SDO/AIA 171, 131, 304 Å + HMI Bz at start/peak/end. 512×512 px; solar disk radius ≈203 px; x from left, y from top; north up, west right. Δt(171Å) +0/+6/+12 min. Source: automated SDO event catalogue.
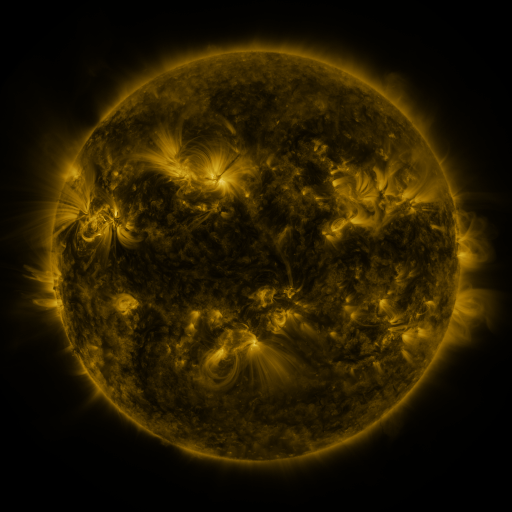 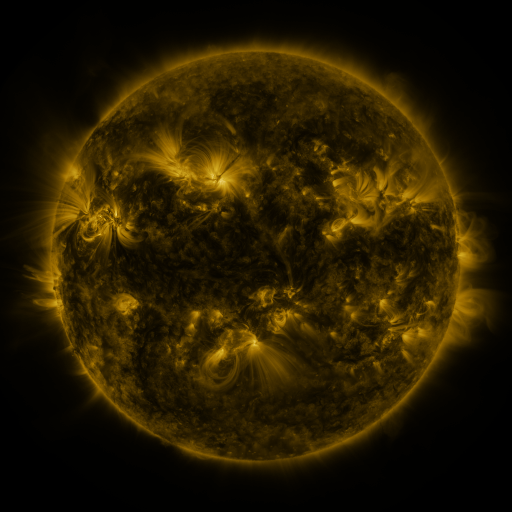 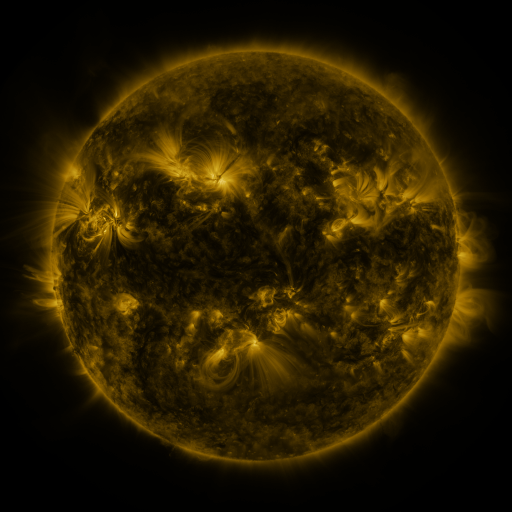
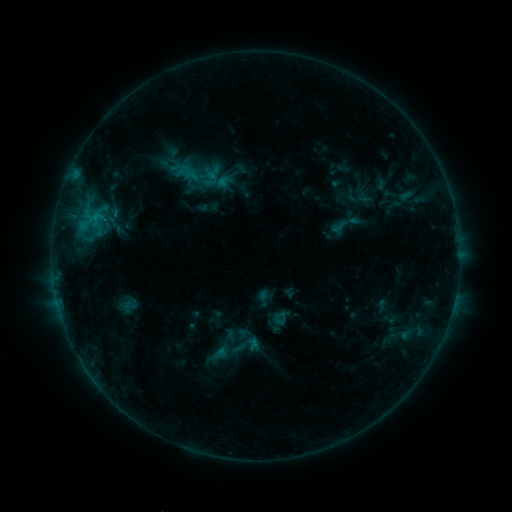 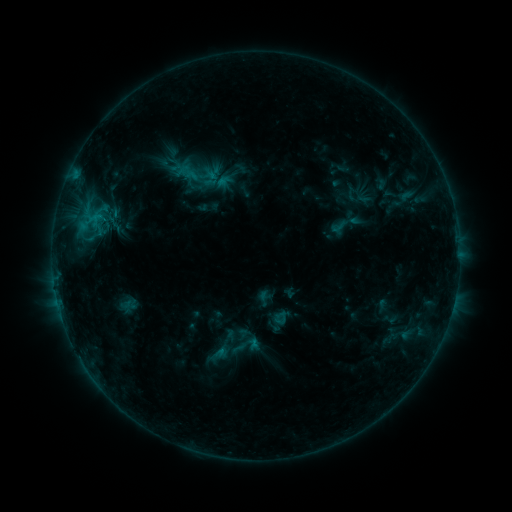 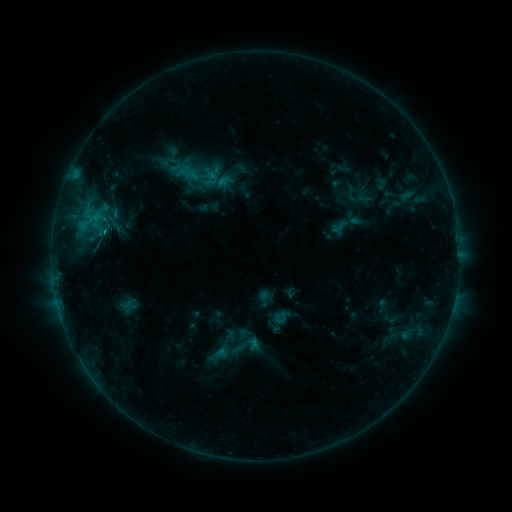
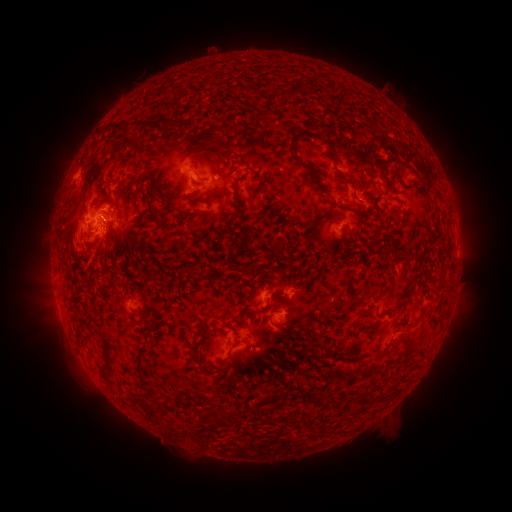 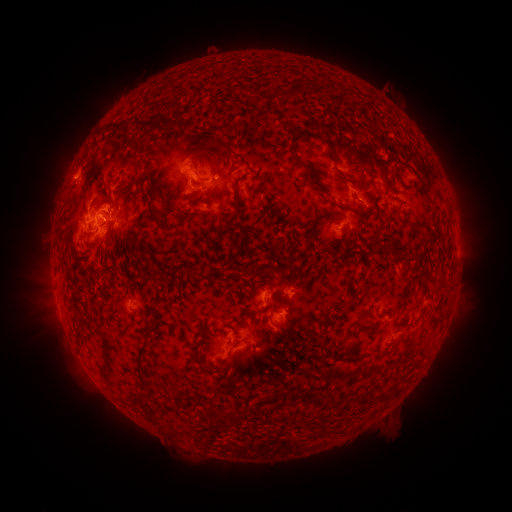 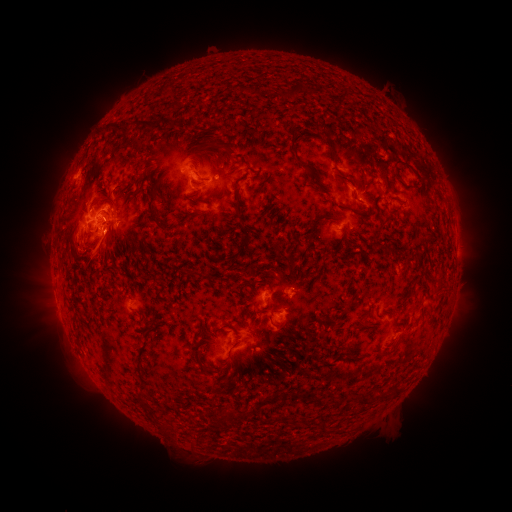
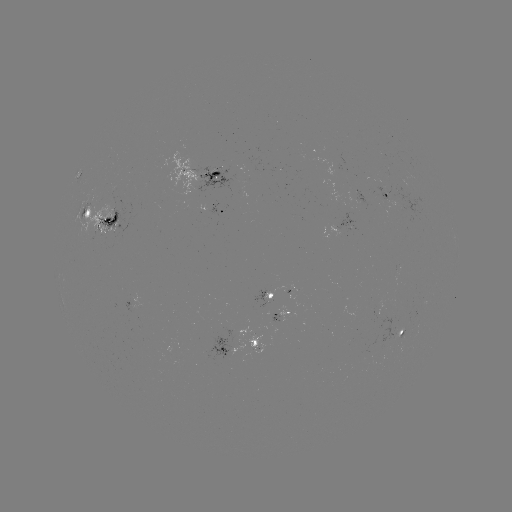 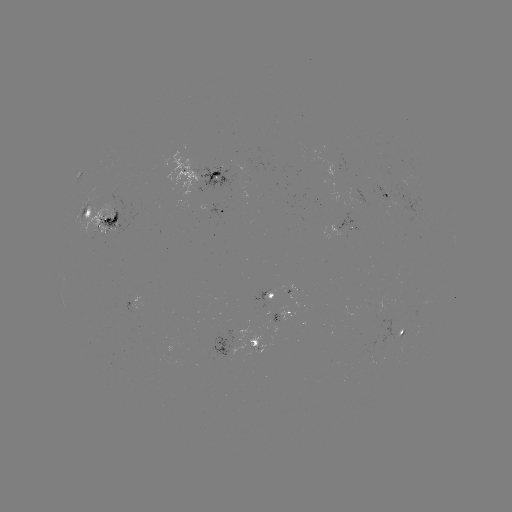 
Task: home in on eruption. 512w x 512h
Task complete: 196,449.